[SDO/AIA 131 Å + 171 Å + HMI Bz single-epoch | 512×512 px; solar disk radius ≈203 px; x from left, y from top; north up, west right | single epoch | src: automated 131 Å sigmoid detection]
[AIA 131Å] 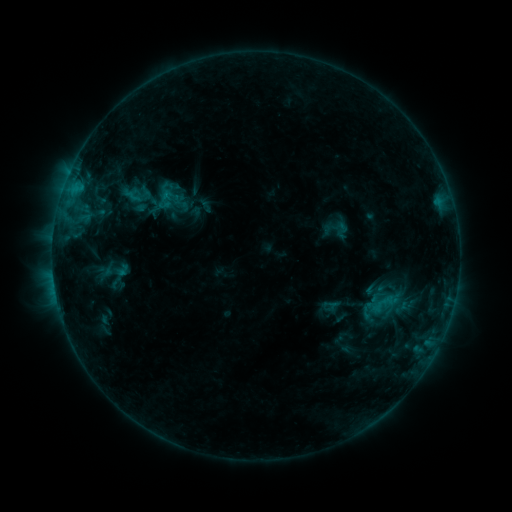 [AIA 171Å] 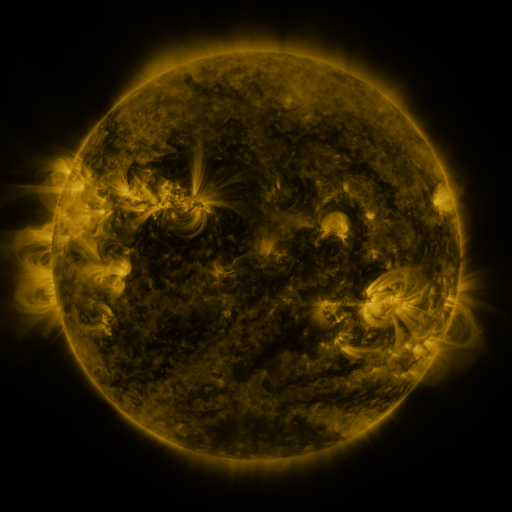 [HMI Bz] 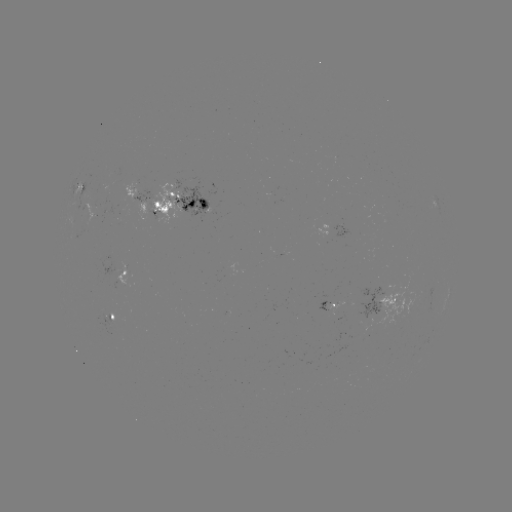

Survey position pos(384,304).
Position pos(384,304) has sigmoid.